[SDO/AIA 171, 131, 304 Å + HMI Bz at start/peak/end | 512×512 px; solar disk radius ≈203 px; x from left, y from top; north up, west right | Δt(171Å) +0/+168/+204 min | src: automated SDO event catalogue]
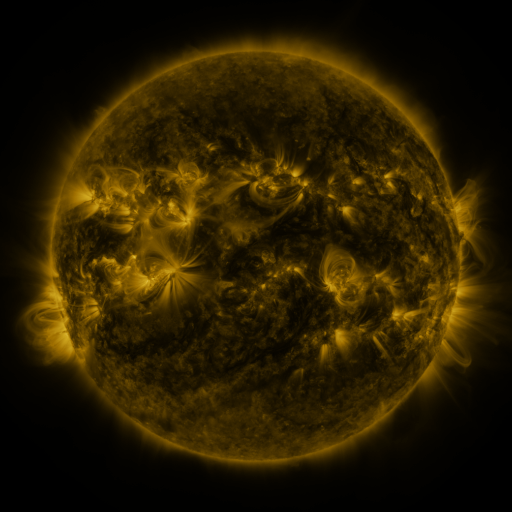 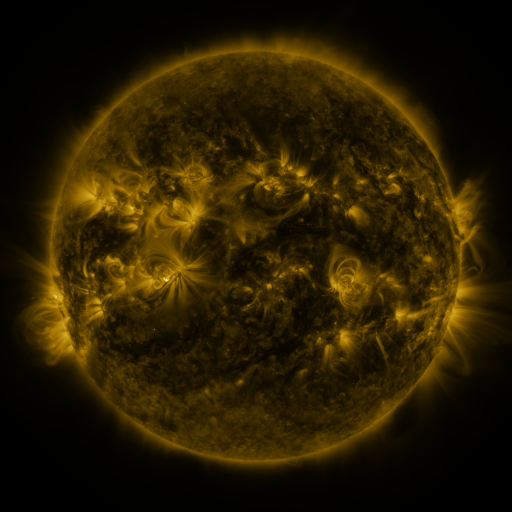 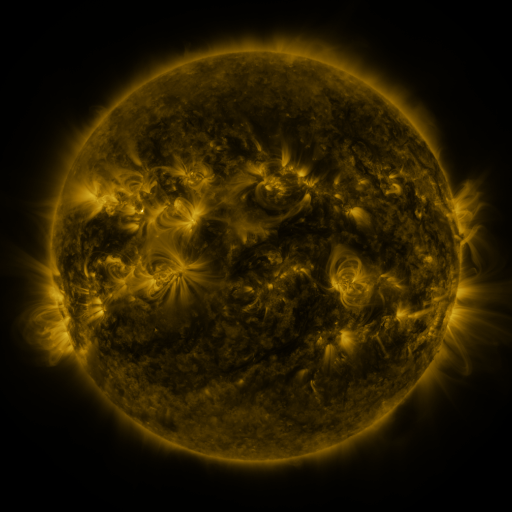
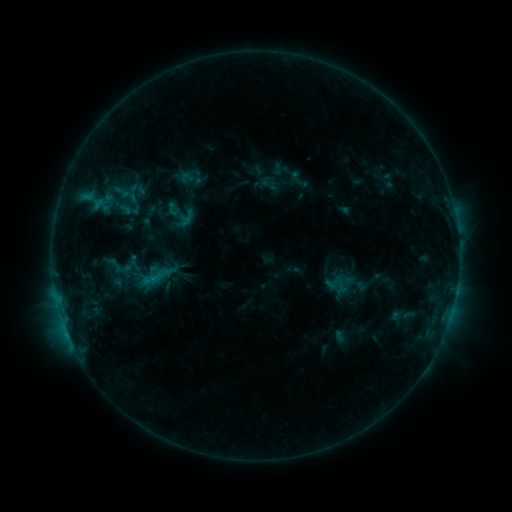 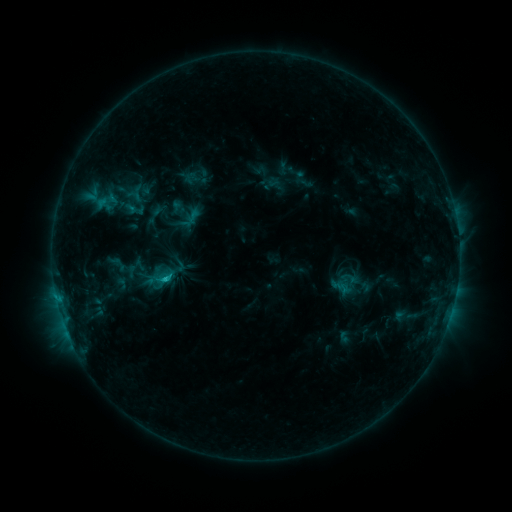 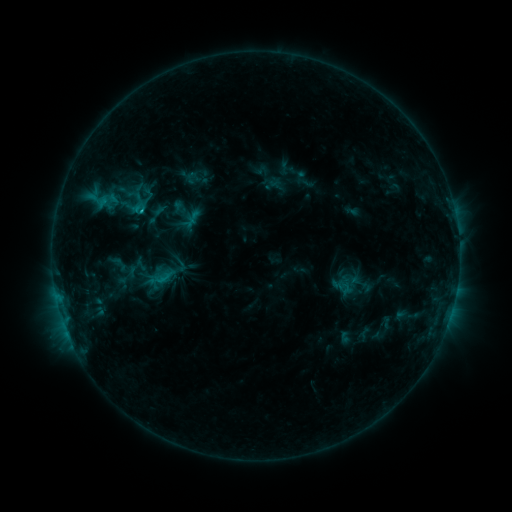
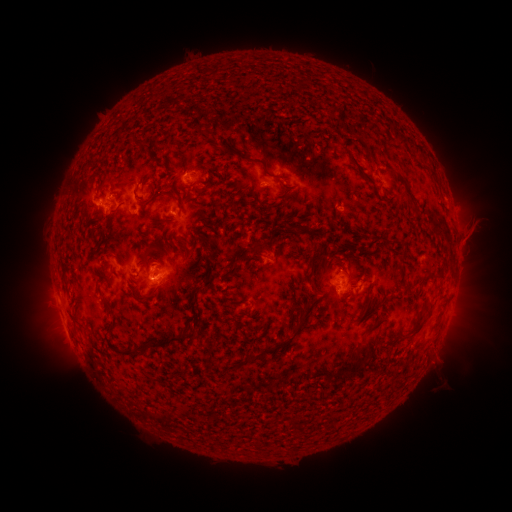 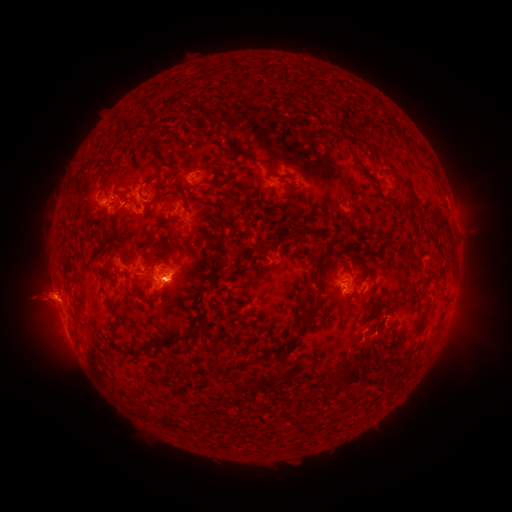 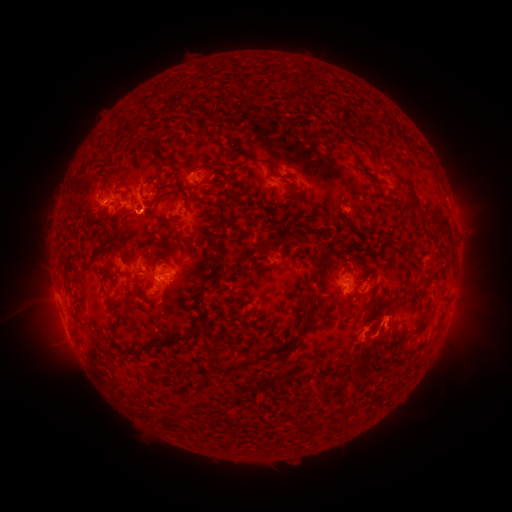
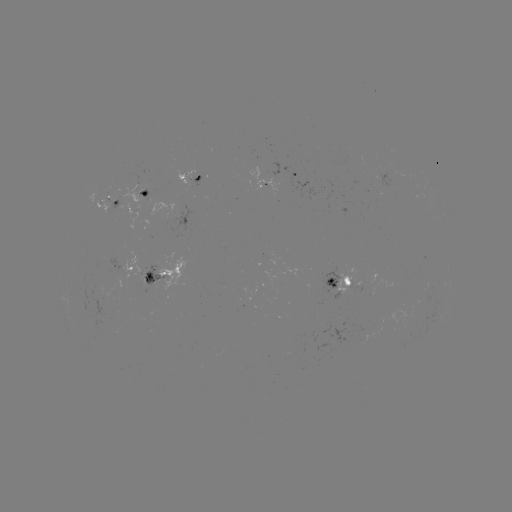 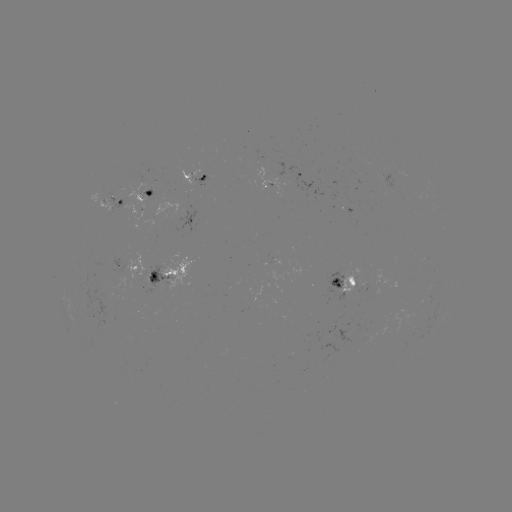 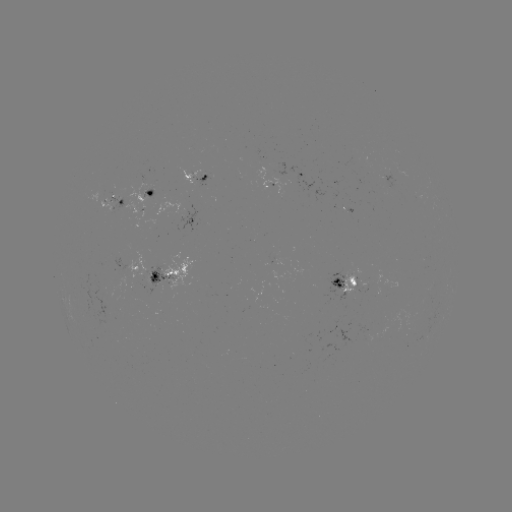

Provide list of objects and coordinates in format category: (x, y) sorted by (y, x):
emerging-flux region: (359, 280)
